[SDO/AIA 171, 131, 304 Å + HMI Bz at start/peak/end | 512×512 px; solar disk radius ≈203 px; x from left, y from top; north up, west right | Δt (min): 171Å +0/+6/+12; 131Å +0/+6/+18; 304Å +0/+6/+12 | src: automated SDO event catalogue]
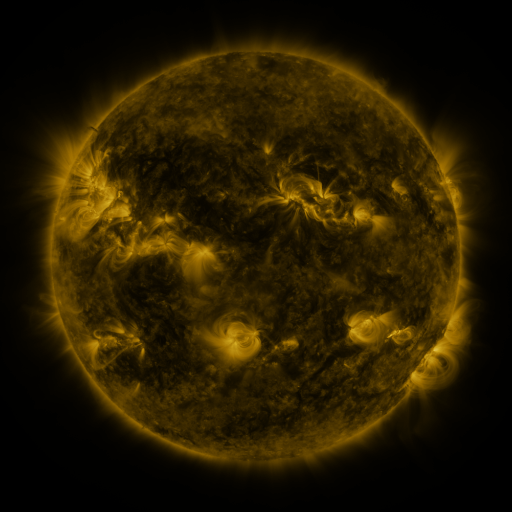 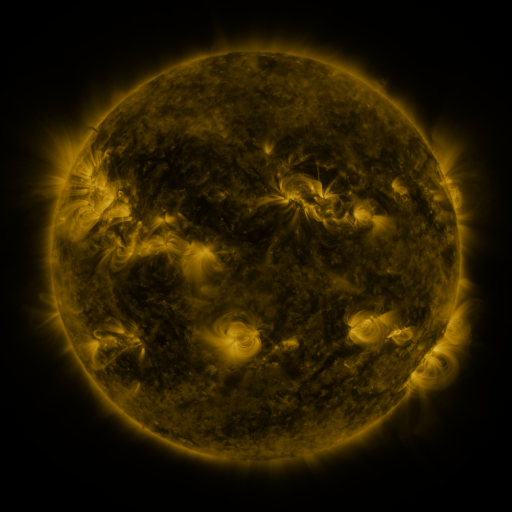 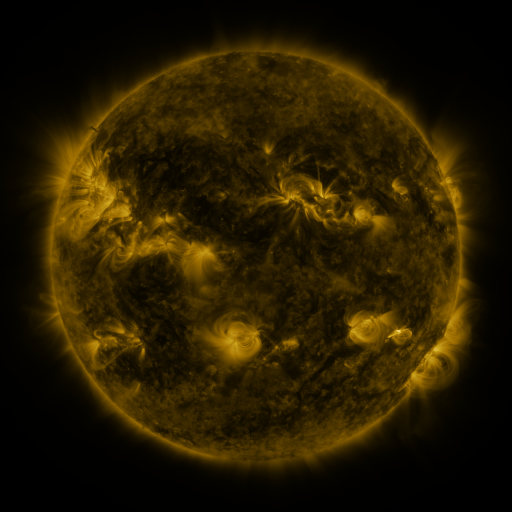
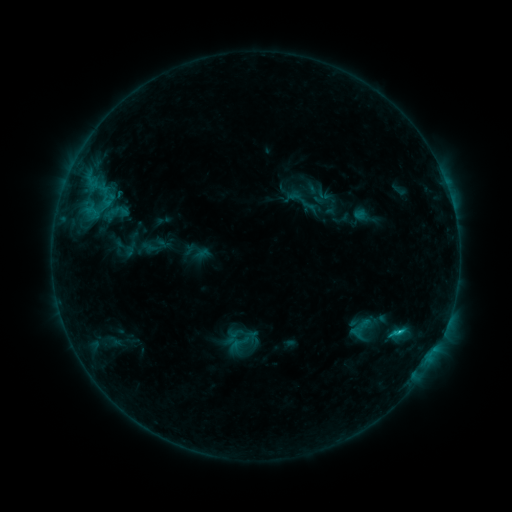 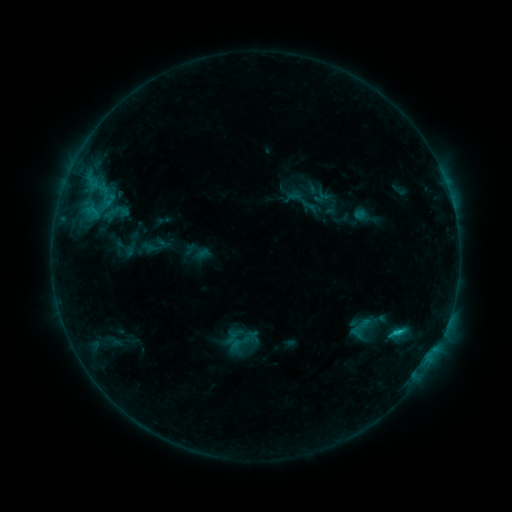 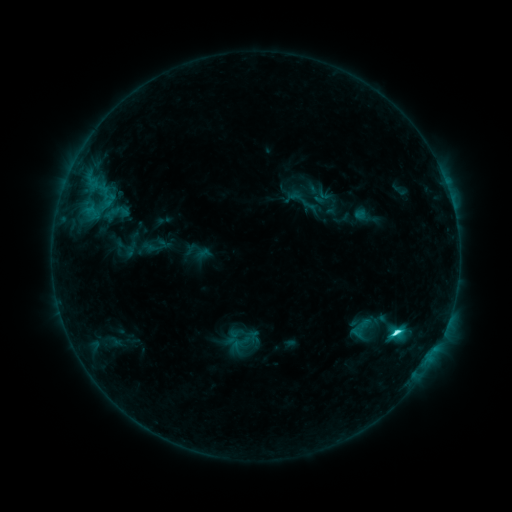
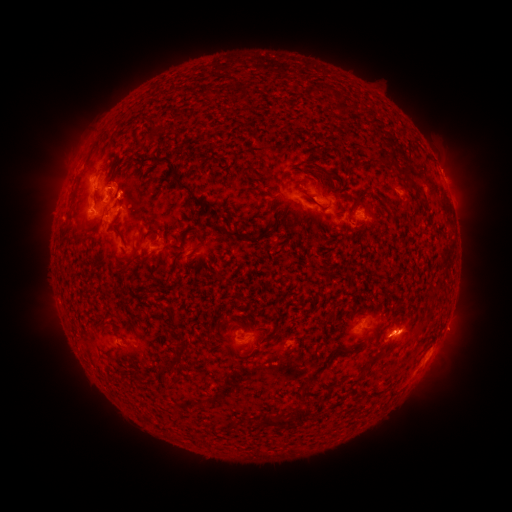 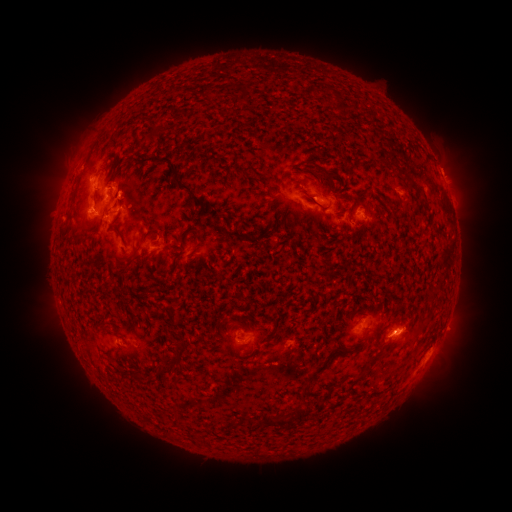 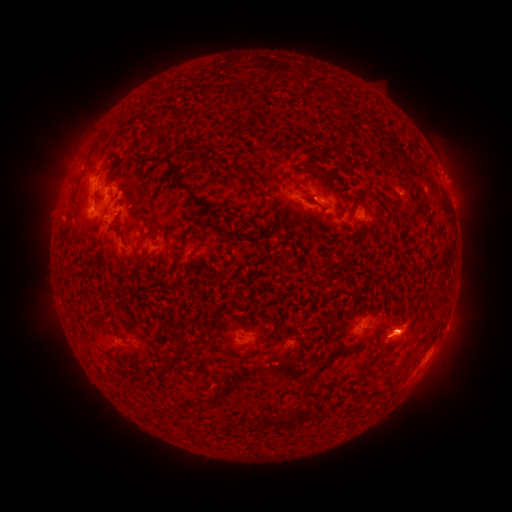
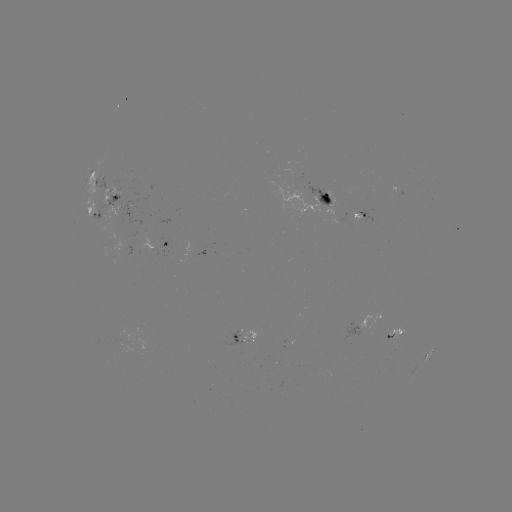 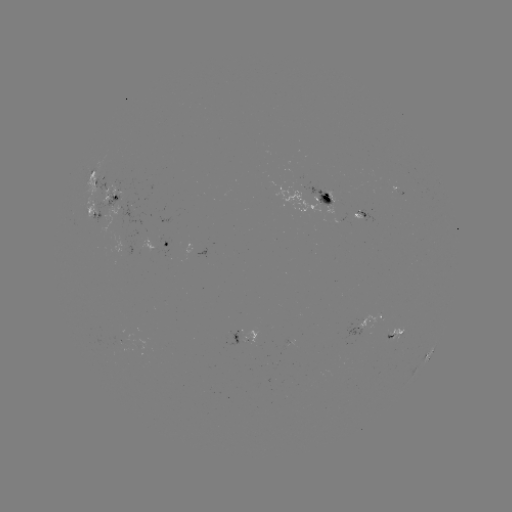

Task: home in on eruption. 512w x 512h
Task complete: (447, 165).